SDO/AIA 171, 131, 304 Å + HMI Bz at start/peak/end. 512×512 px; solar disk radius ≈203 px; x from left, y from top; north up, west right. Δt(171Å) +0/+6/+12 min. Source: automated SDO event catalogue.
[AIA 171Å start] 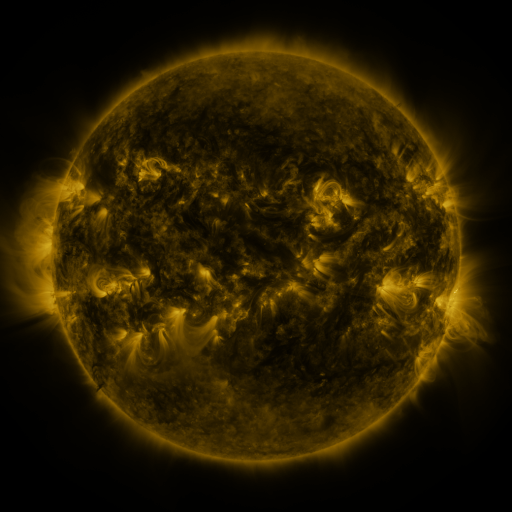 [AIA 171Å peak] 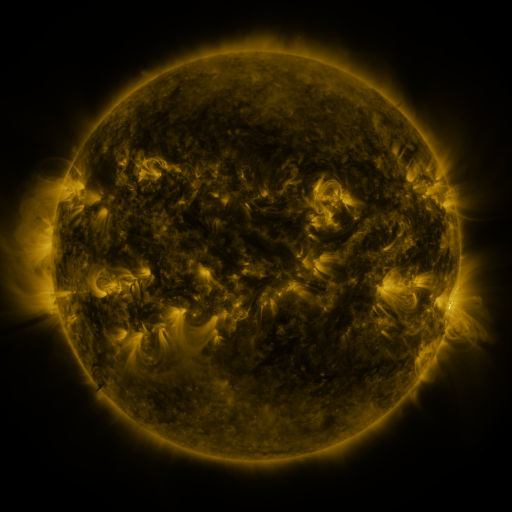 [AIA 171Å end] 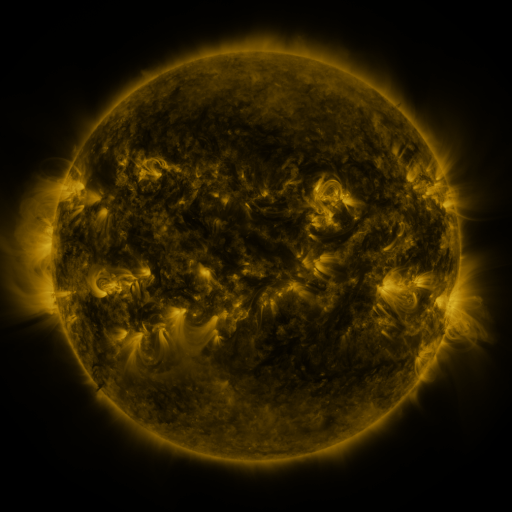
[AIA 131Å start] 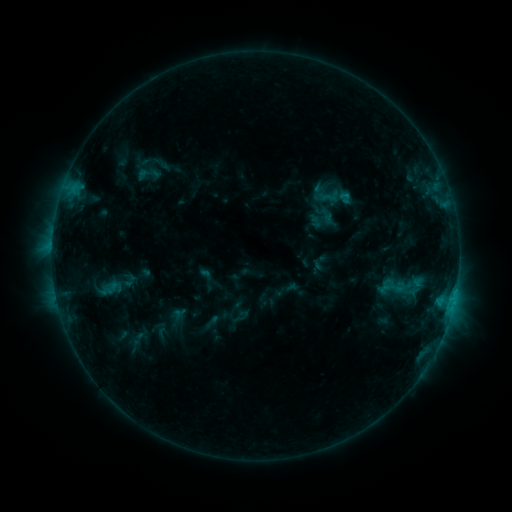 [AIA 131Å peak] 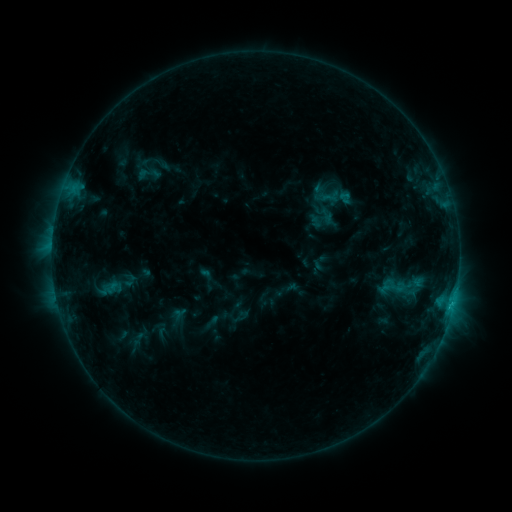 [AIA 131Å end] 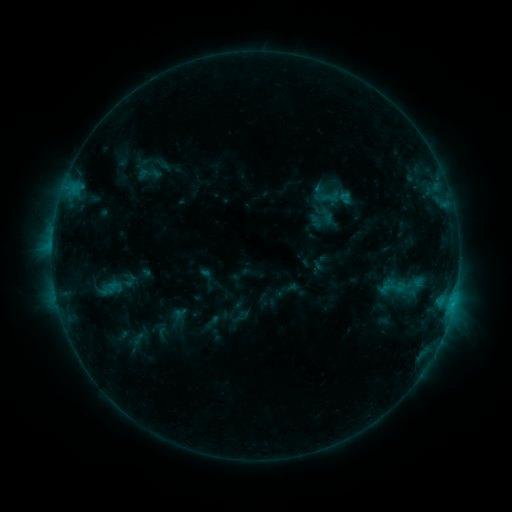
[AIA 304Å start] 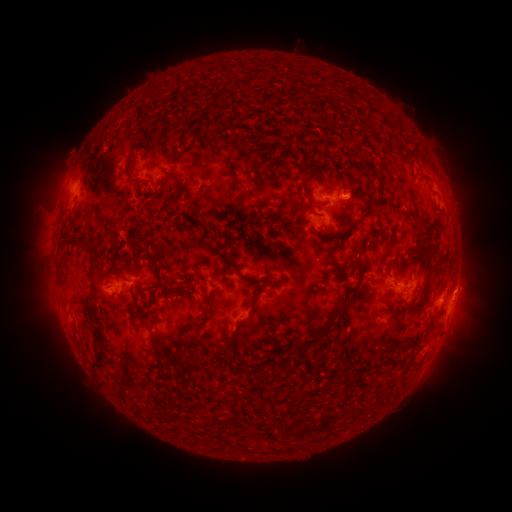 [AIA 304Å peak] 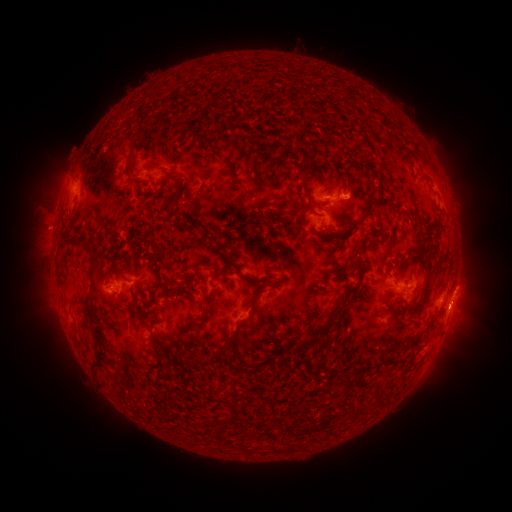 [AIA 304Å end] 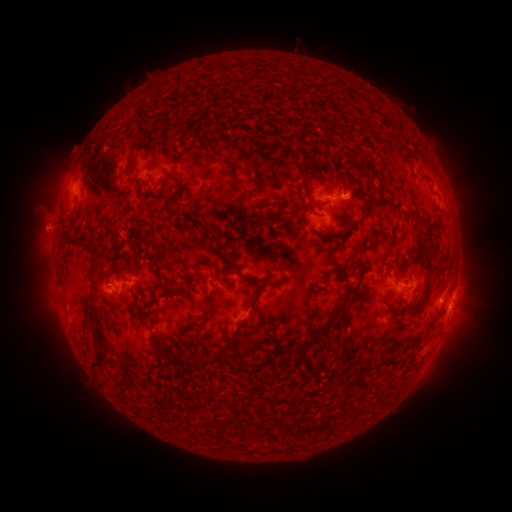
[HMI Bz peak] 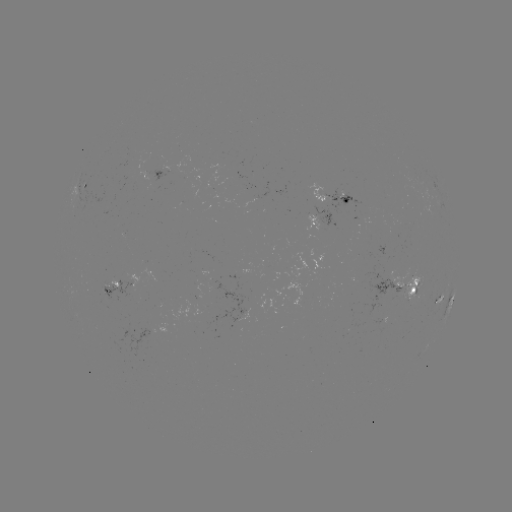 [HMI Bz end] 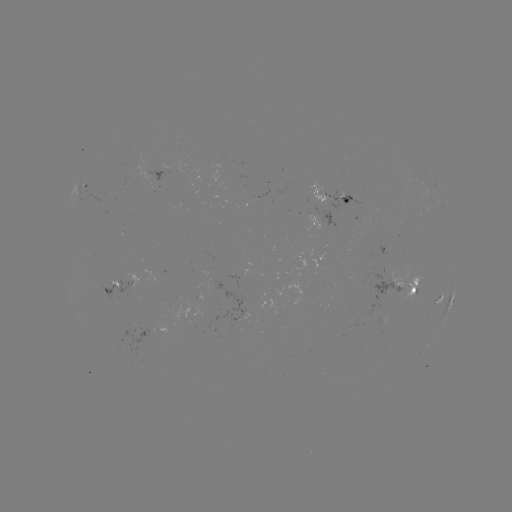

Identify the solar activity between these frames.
eruption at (44, 227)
